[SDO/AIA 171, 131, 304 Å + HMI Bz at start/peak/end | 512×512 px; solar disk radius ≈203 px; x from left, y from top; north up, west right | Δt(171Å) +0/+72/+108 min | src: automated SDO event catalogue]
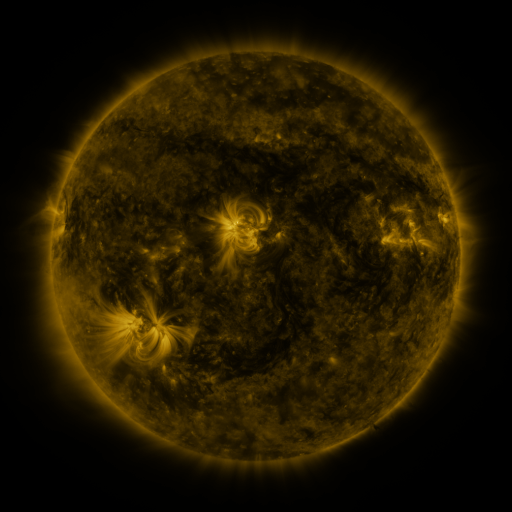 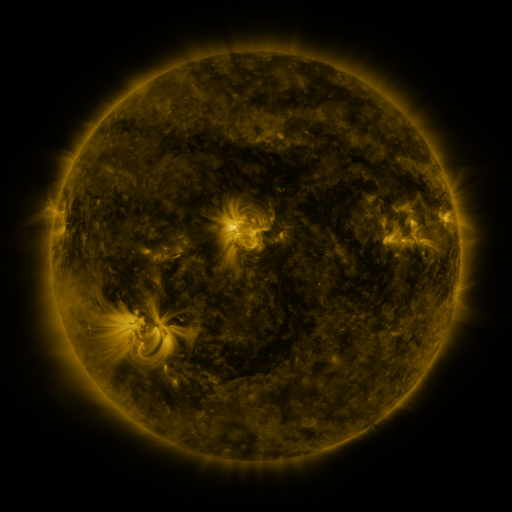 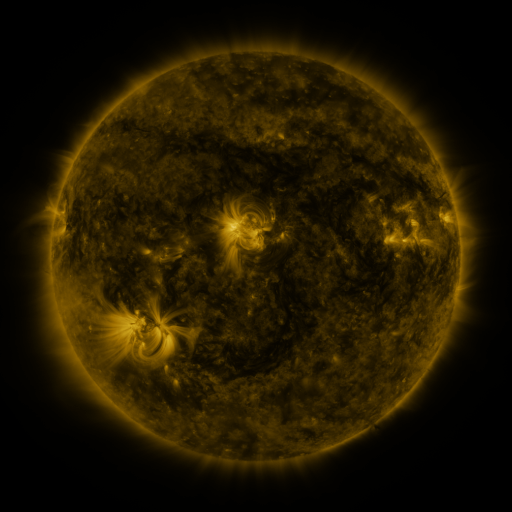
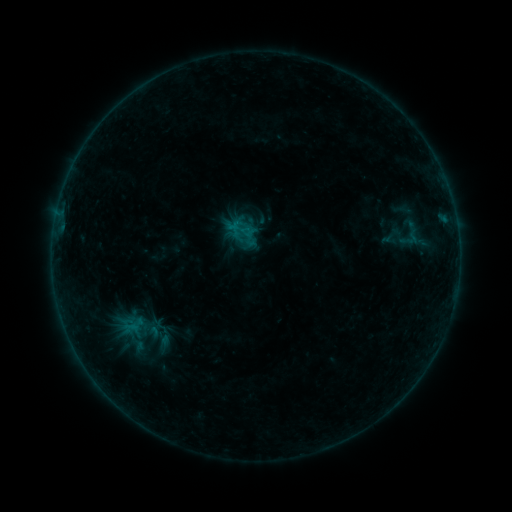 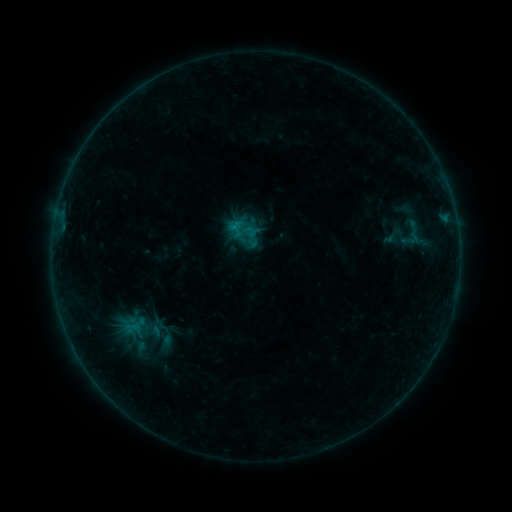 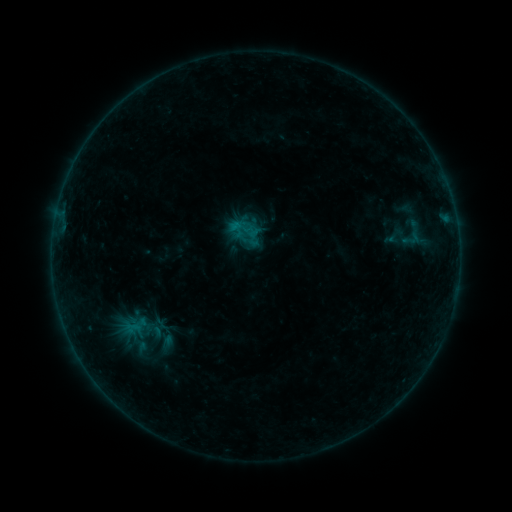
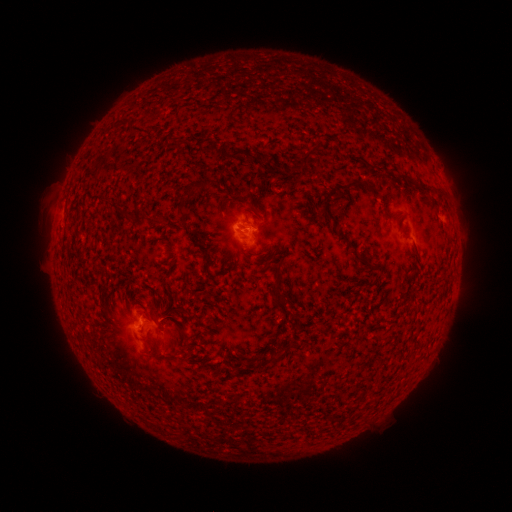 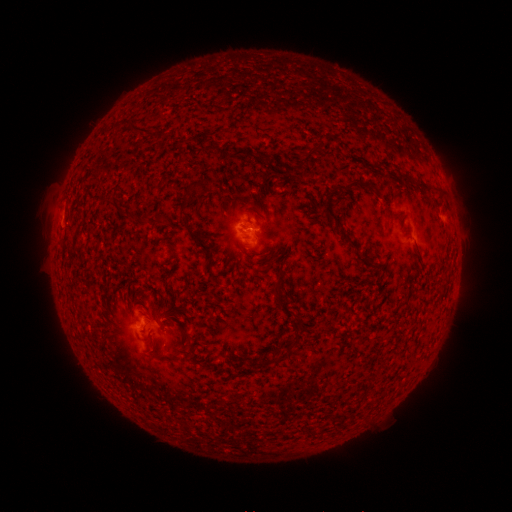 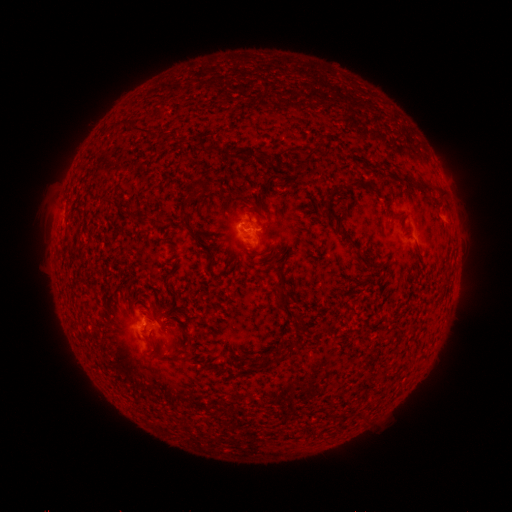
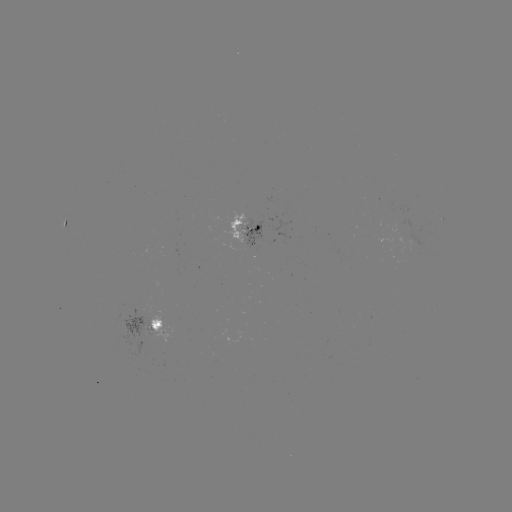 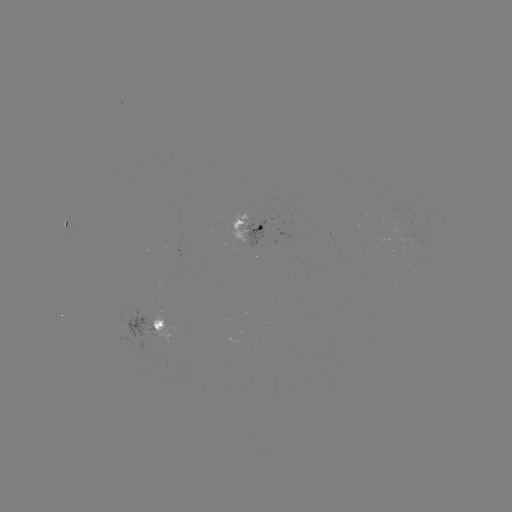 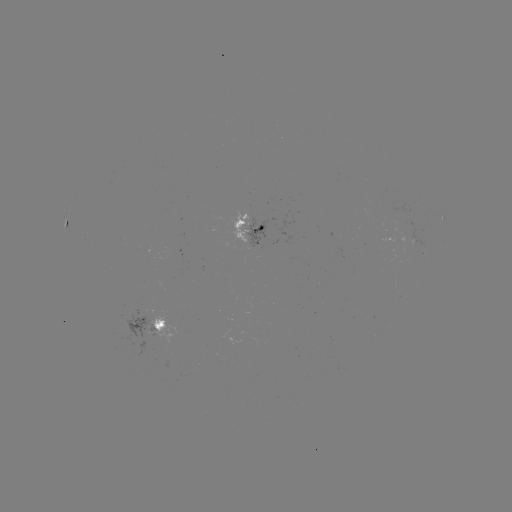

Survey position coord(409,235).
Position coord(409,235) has emerging-flux region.